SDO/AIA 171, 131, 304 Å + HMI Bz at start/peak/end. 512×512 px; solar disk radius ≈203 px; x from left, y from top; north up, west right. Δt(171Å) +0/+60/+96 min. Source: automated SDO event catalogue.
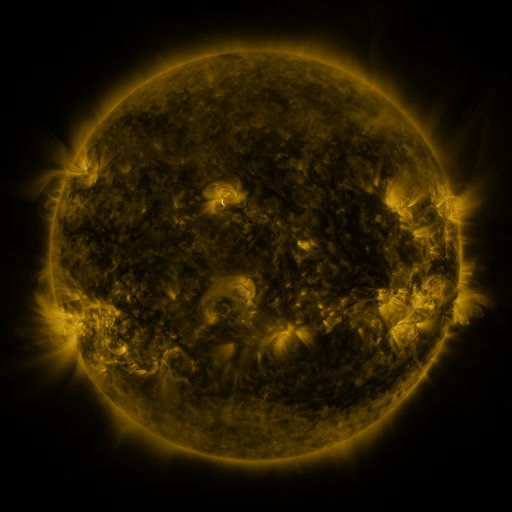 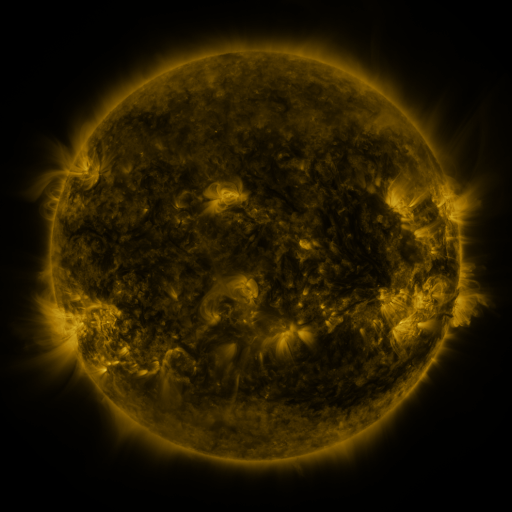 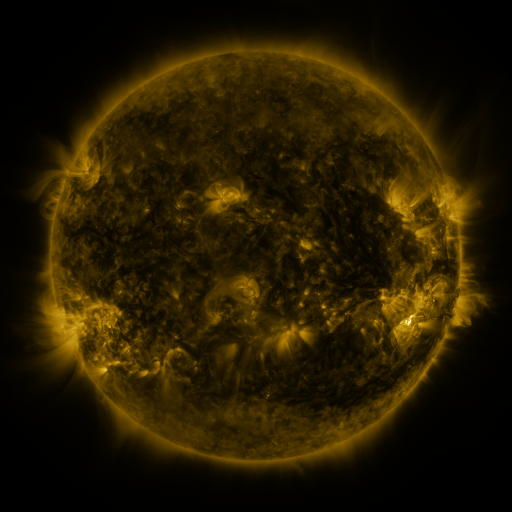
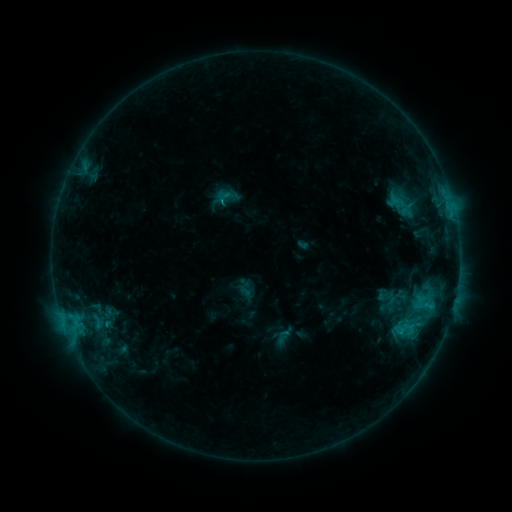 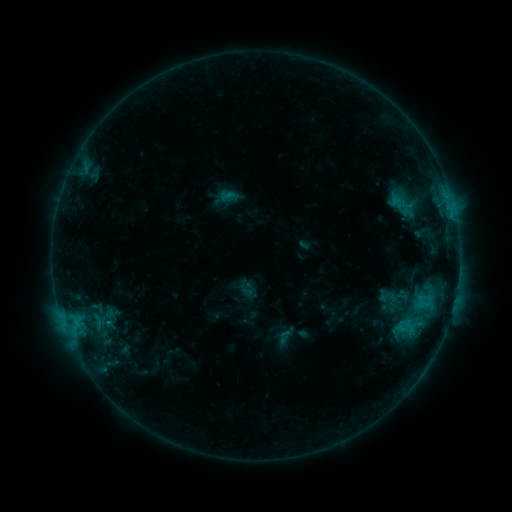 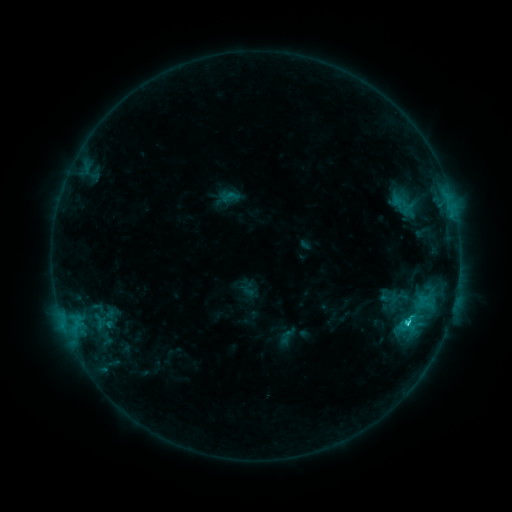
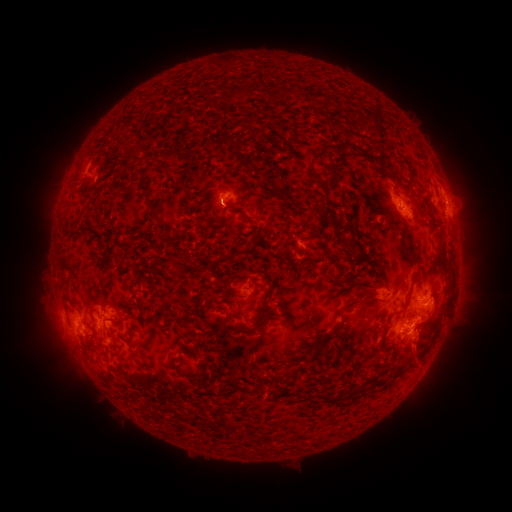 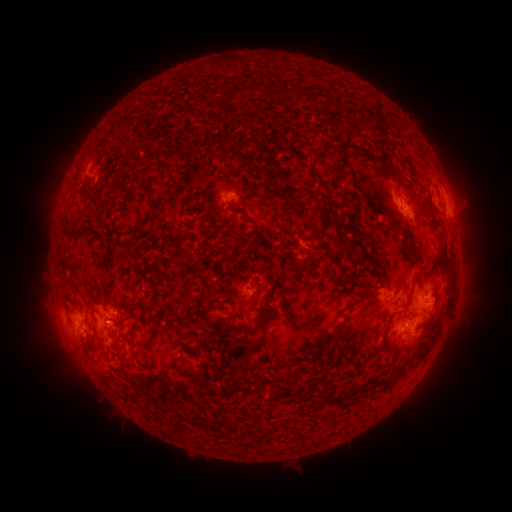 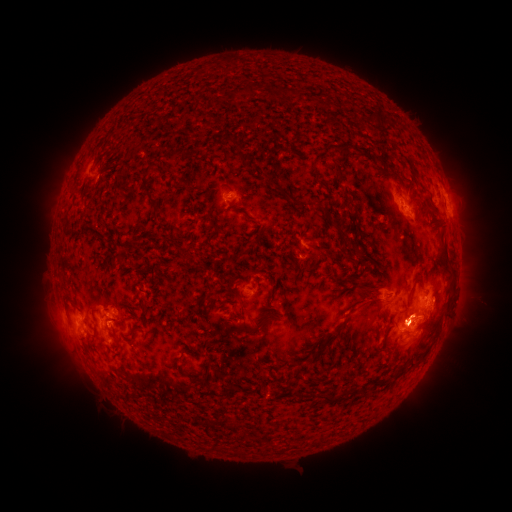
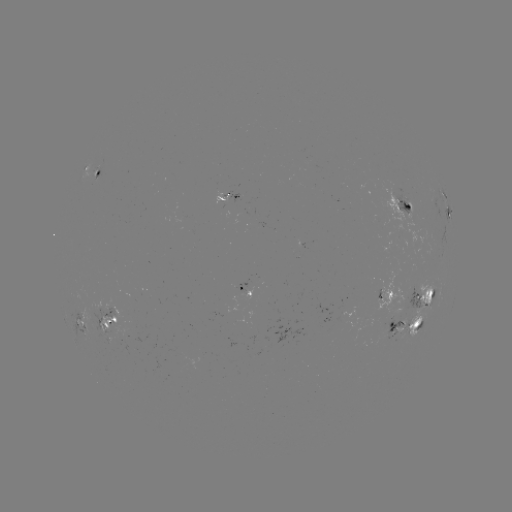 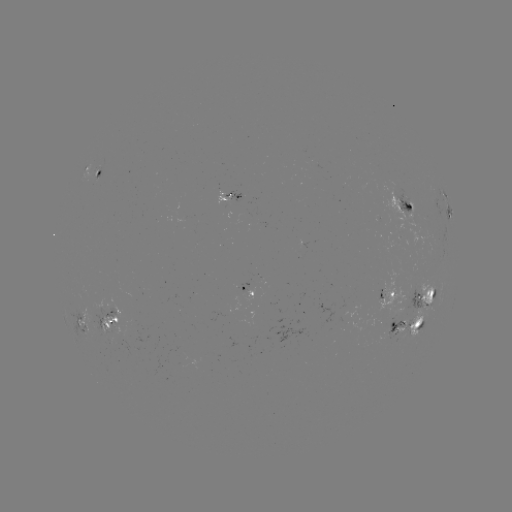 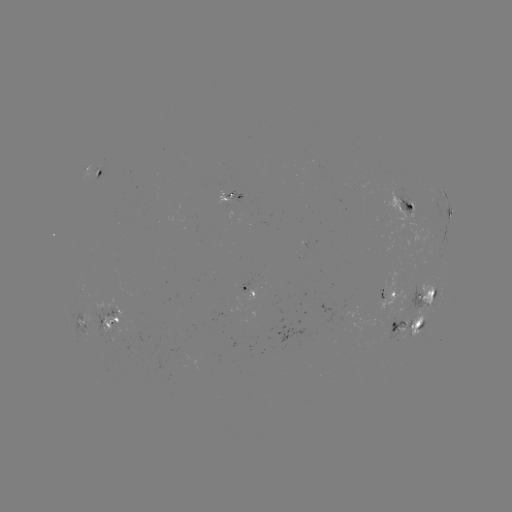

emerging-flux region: [84, 308, 121, 335]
